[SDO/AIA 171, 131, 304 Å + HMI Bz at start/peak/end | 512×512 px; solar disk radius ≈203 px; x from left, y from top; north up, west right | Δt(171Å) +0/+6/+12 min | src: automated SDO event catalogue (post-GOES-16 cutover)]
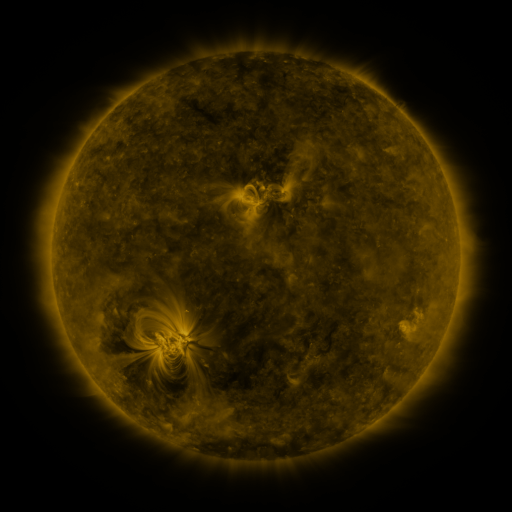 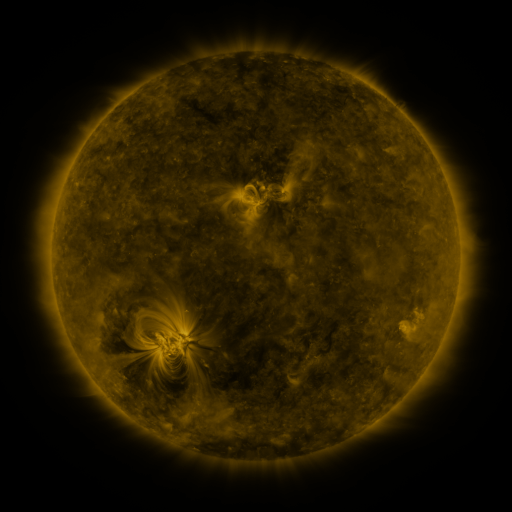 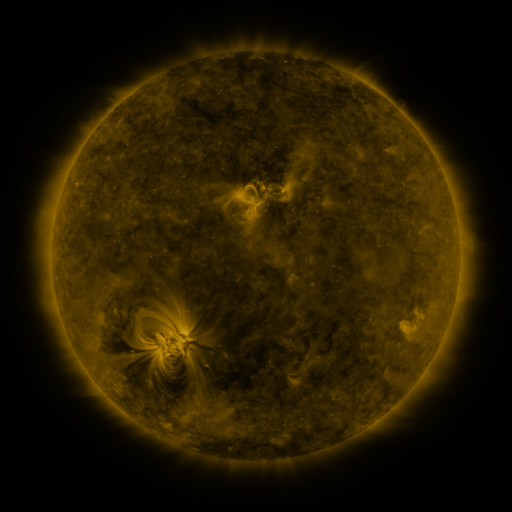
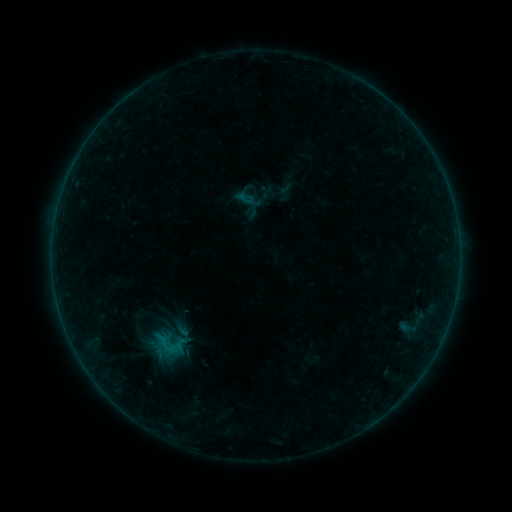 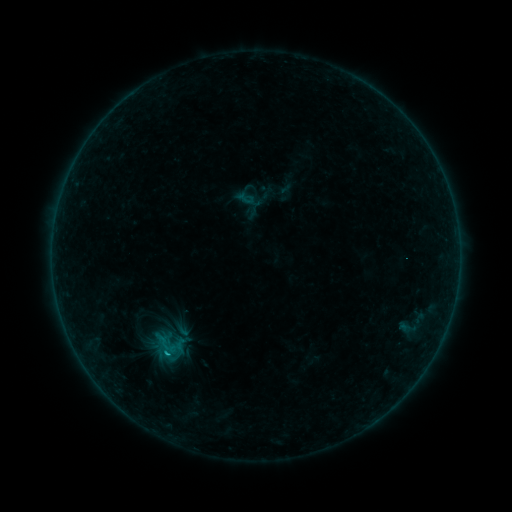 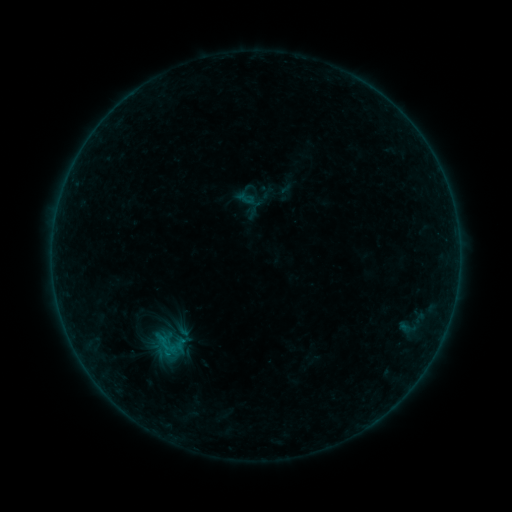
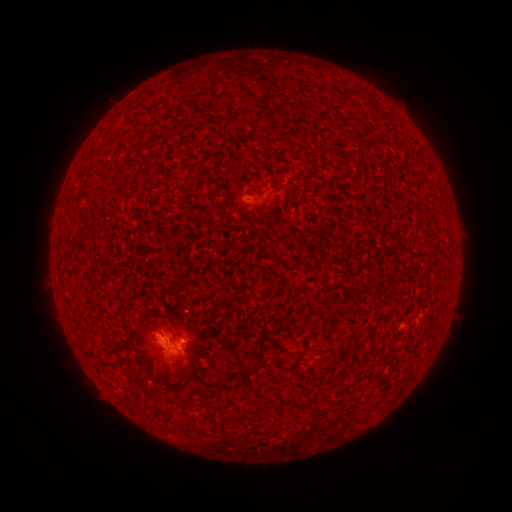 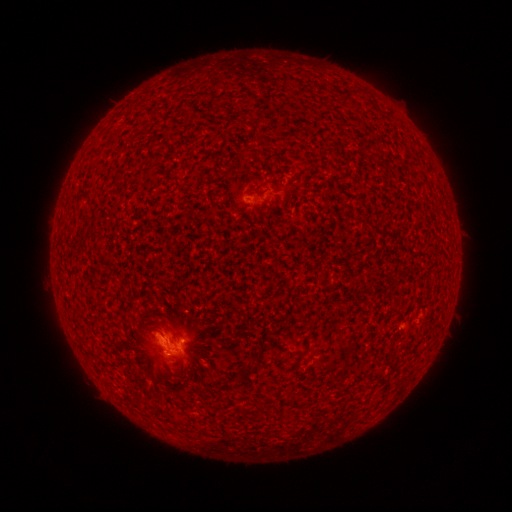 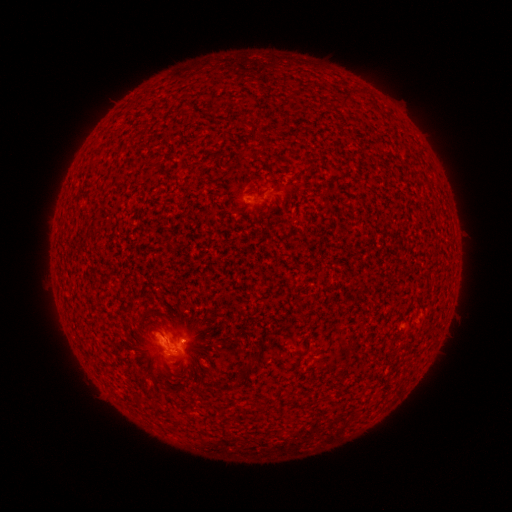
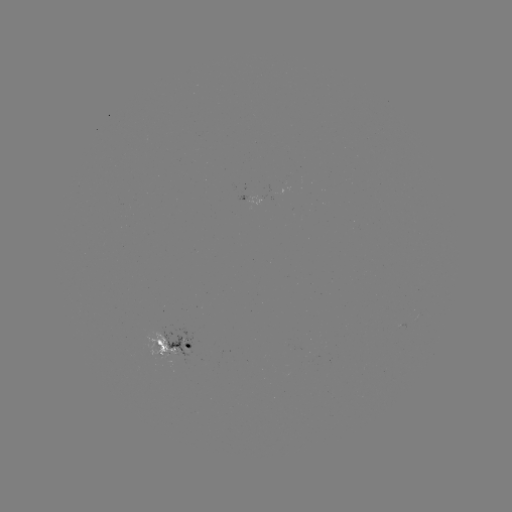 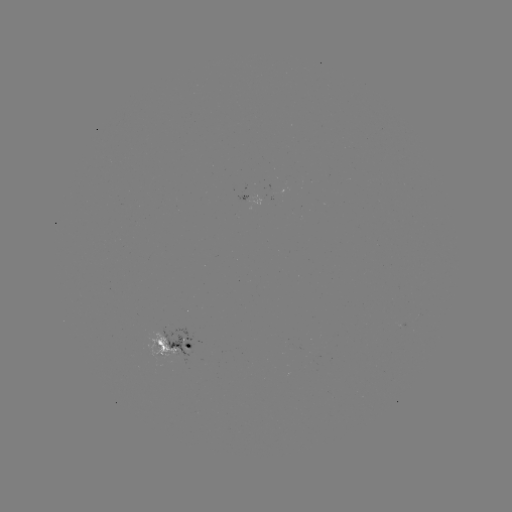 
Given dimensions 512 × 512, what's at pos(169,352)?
B5.5 flare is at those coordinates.